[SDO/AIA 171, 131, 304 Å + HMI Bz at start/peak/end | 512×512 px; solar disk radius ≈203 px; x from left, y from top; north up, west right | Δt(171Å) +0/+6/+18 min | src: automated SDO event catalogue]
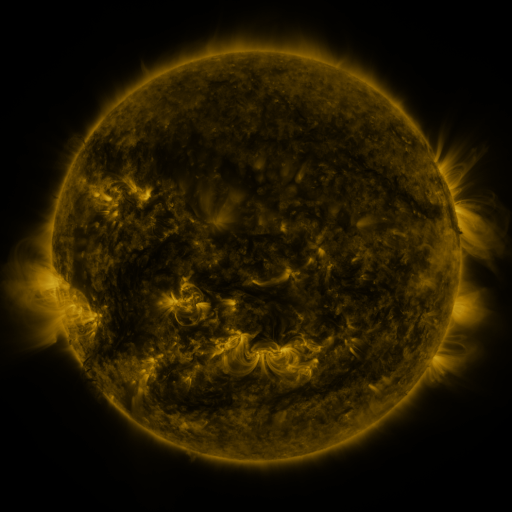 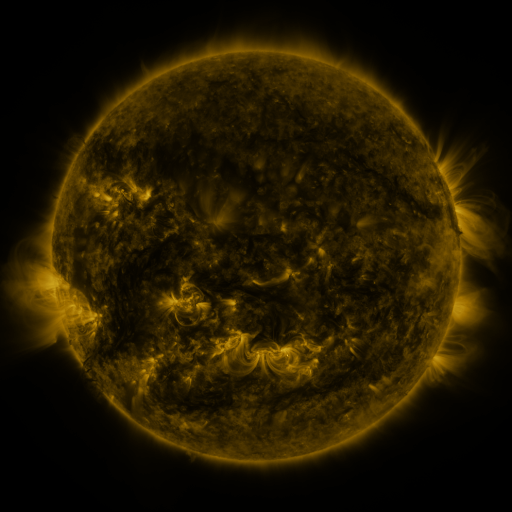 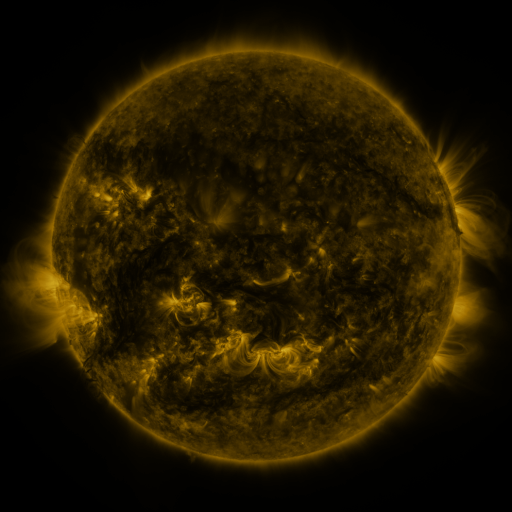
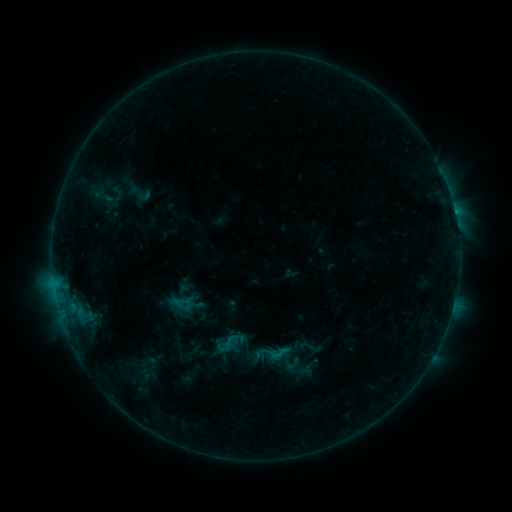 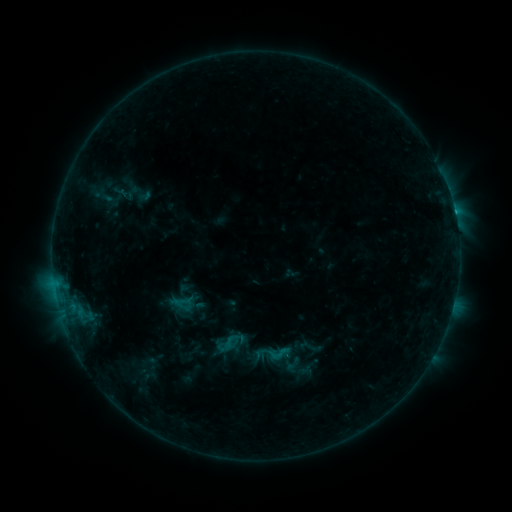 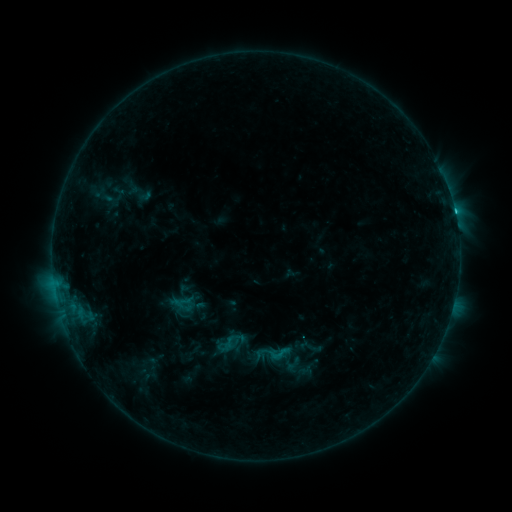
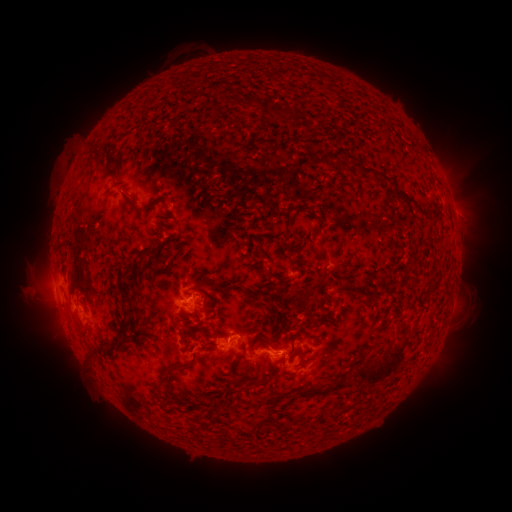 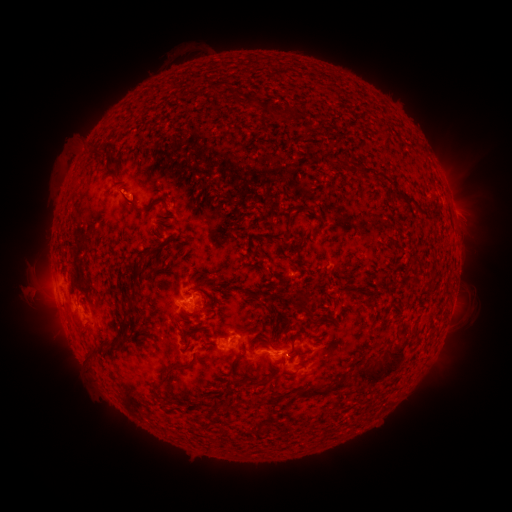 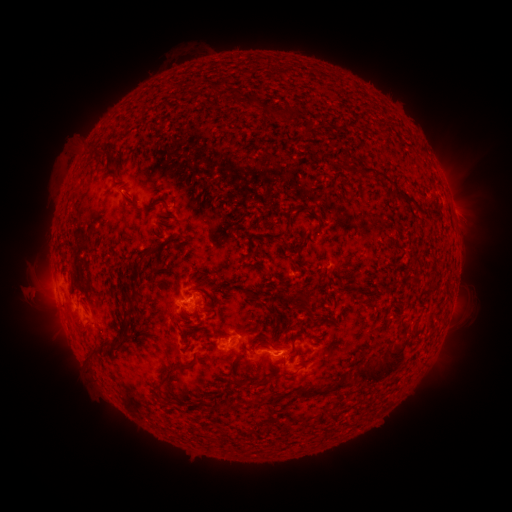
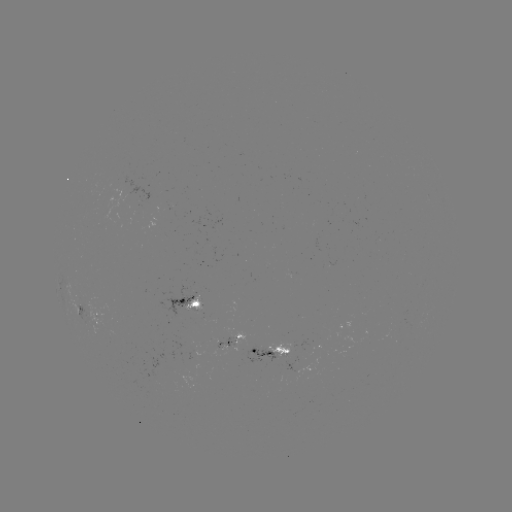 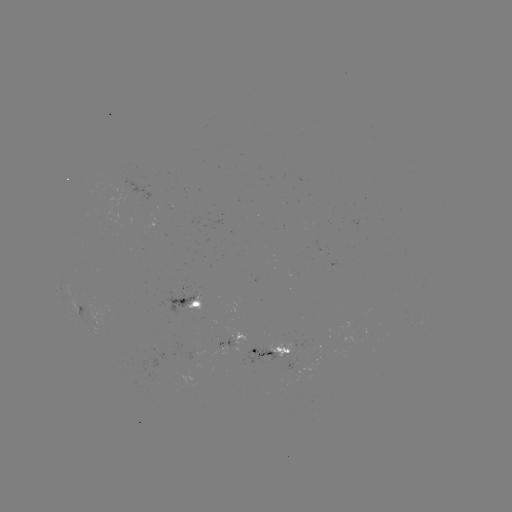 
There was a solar flare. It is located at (454, 214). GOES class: C1.5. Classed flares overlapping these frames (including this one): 1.